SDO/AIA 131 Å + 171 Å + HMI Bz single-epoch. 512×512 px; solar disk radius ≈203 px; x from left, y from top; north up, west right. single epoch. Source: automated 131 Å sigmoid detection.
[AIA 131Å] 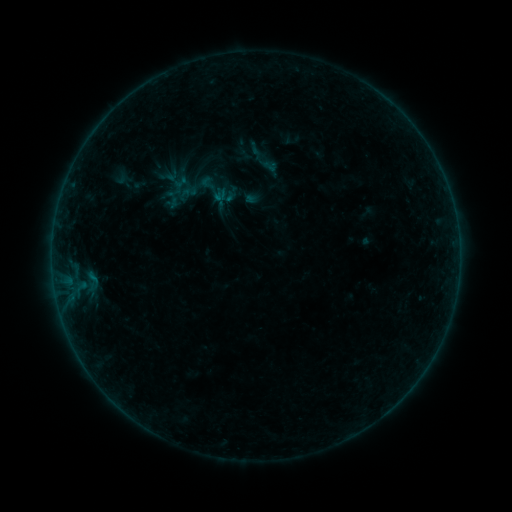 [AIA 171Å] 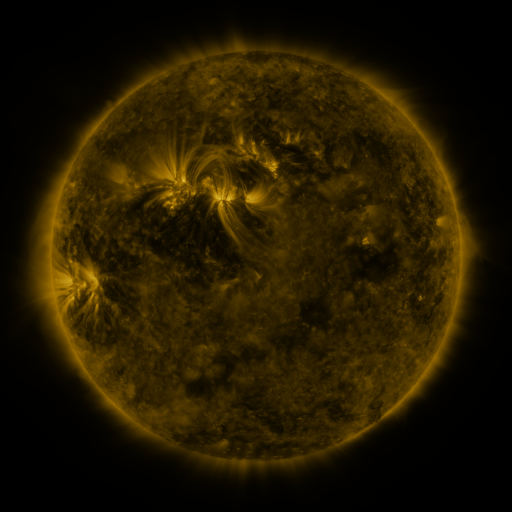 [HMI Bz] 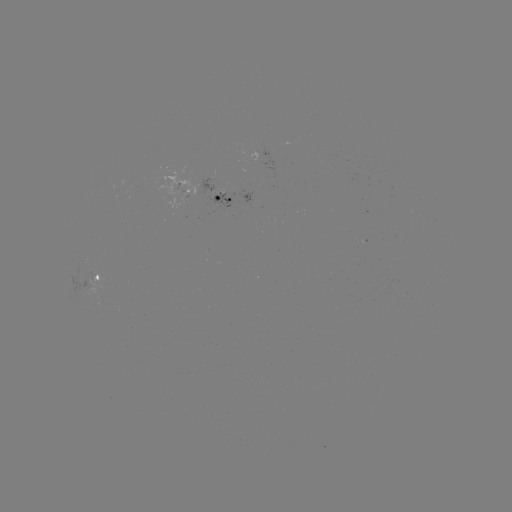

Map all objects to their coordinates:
sigmoid: (208, 183)
